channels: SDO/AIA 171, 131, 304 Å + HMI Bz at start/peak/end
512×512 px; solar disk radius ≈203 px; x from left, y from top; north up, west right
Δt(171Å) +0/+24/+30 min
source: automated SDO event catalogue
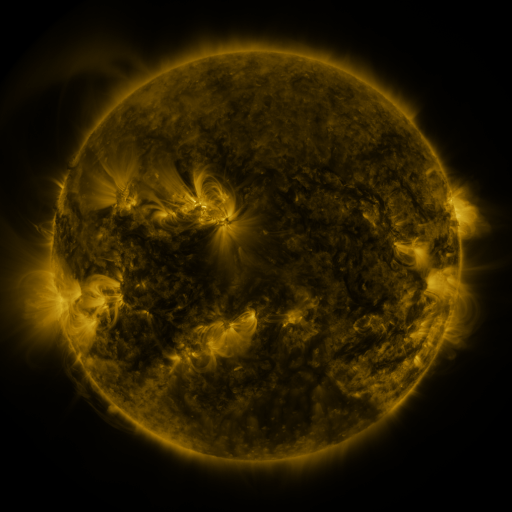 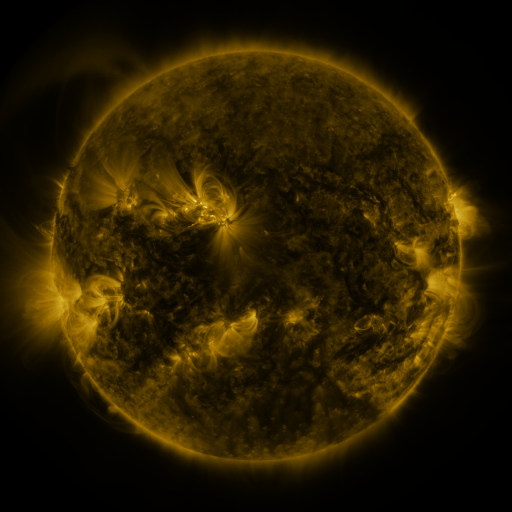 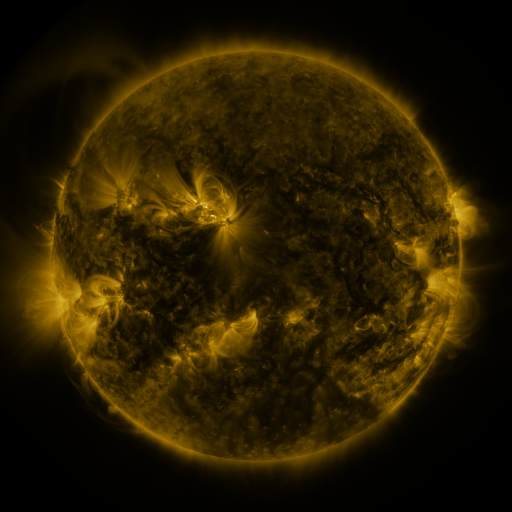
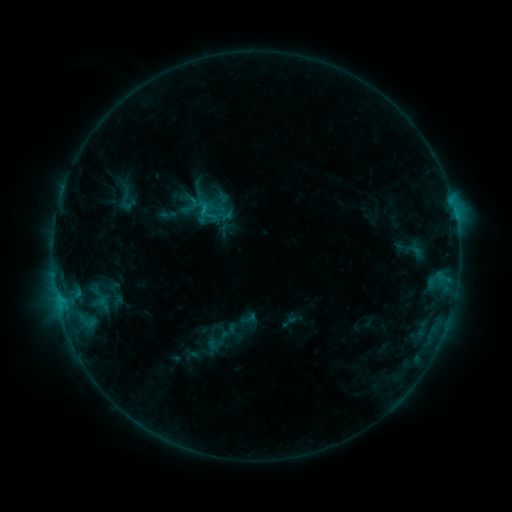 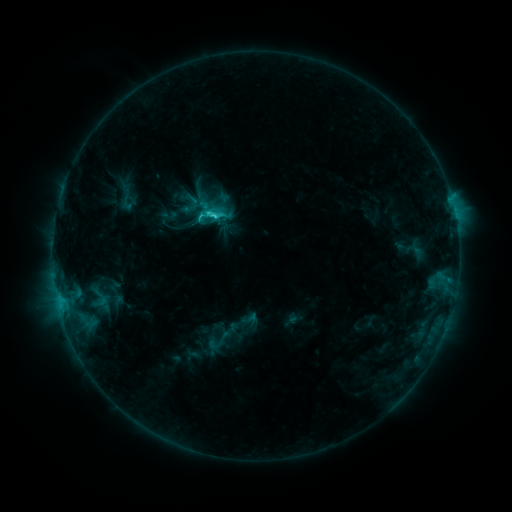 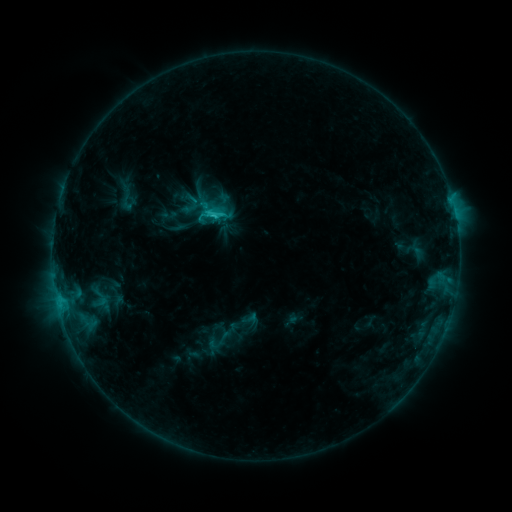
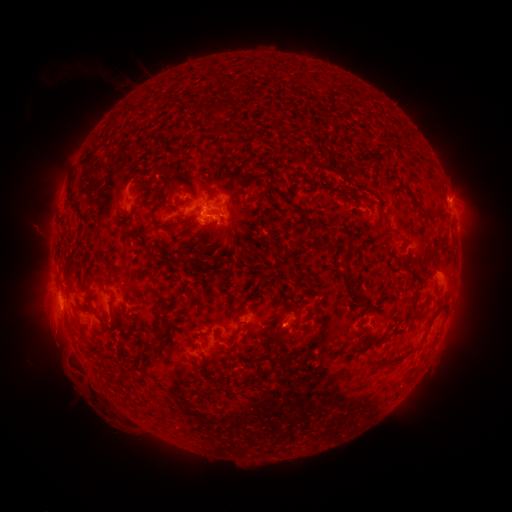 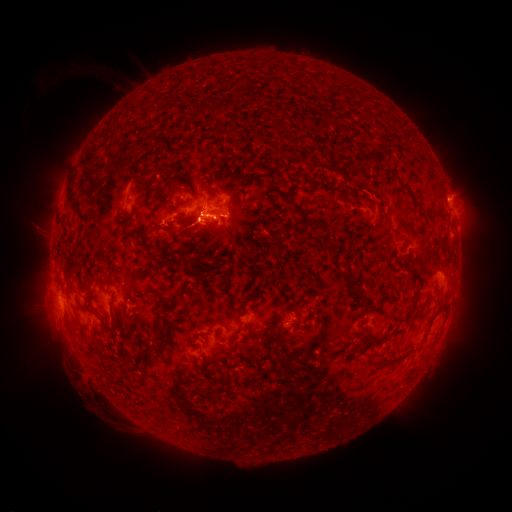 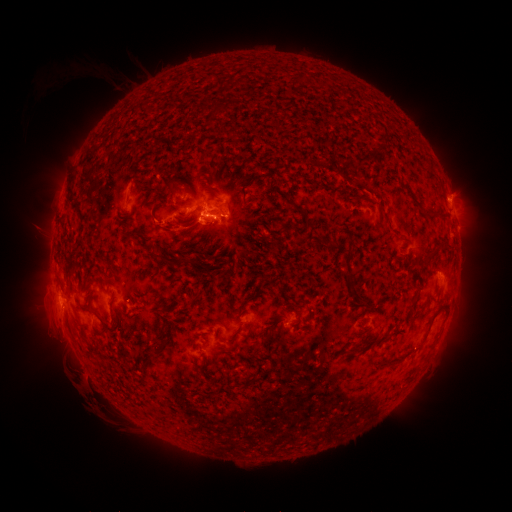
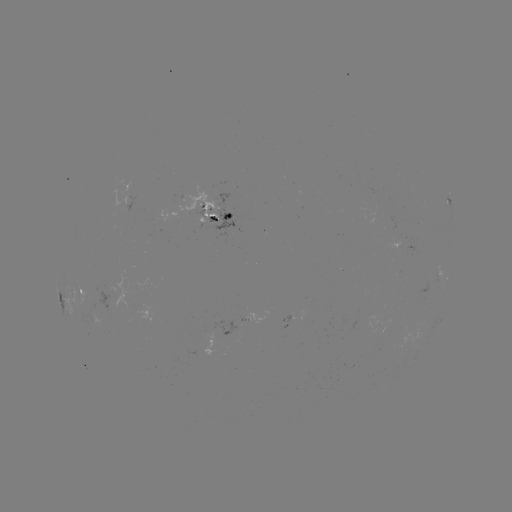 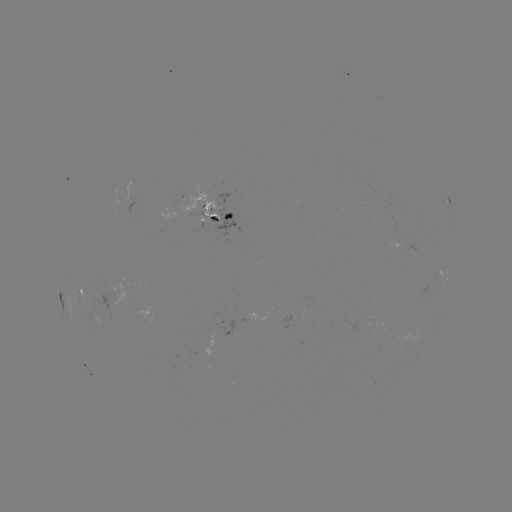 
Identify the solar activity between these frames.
C2.5 flare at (214, 218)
